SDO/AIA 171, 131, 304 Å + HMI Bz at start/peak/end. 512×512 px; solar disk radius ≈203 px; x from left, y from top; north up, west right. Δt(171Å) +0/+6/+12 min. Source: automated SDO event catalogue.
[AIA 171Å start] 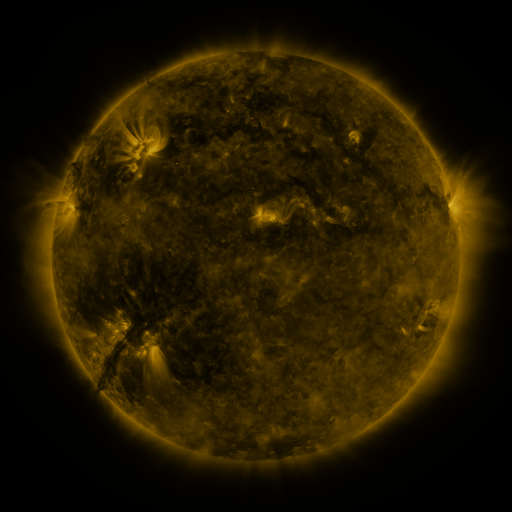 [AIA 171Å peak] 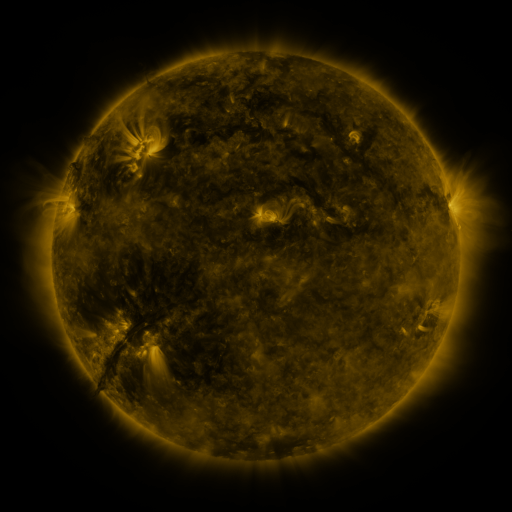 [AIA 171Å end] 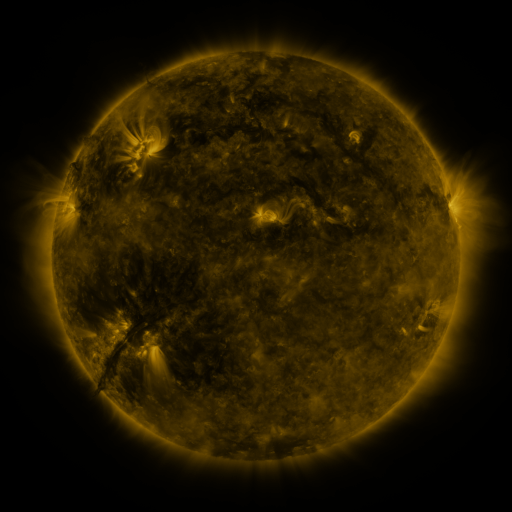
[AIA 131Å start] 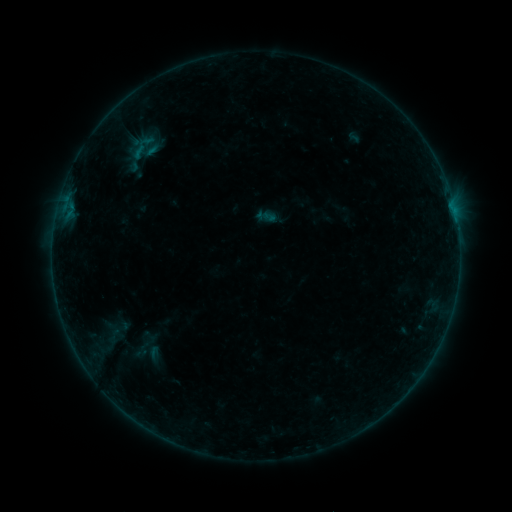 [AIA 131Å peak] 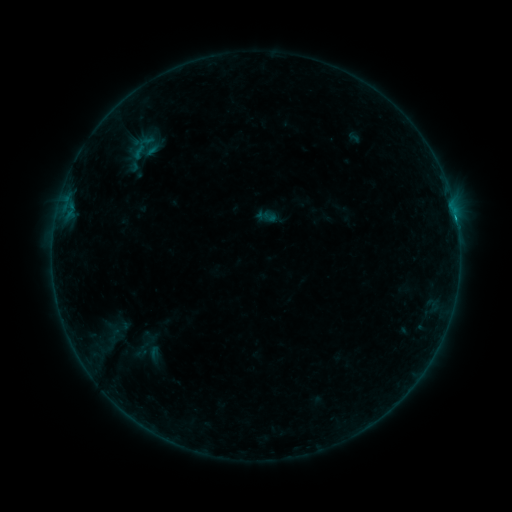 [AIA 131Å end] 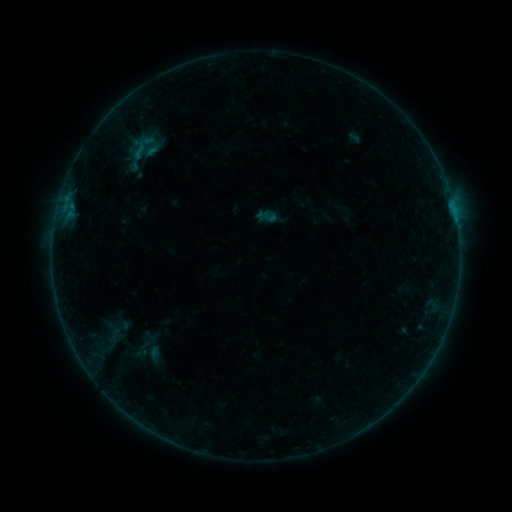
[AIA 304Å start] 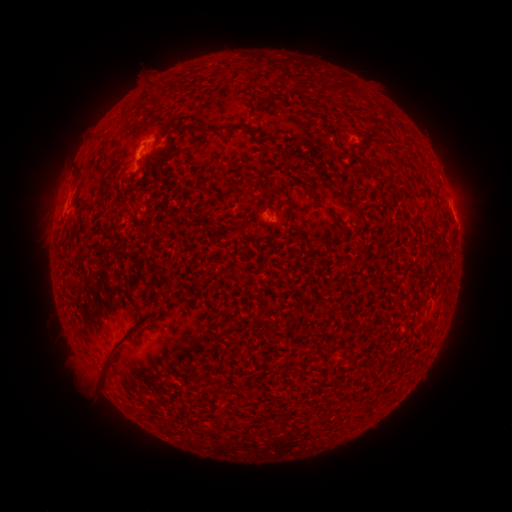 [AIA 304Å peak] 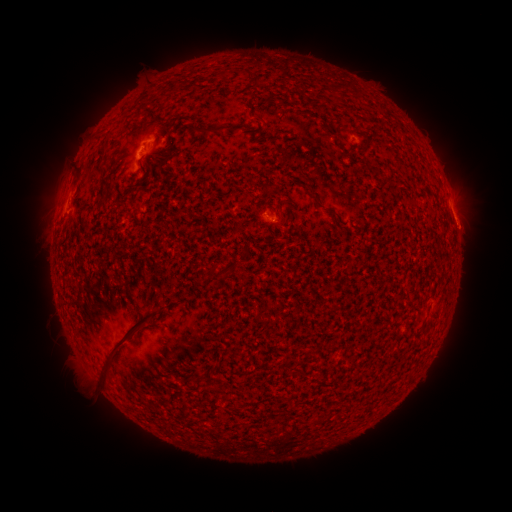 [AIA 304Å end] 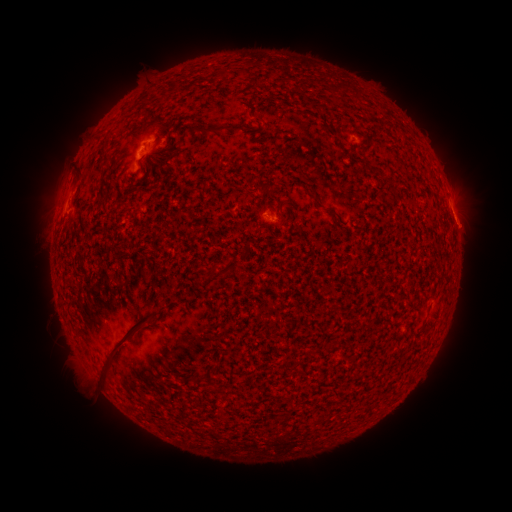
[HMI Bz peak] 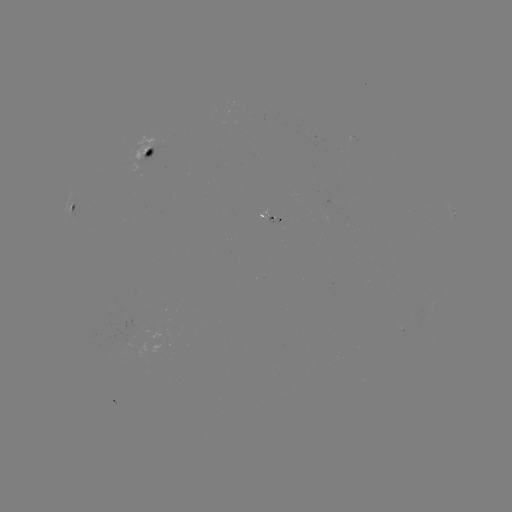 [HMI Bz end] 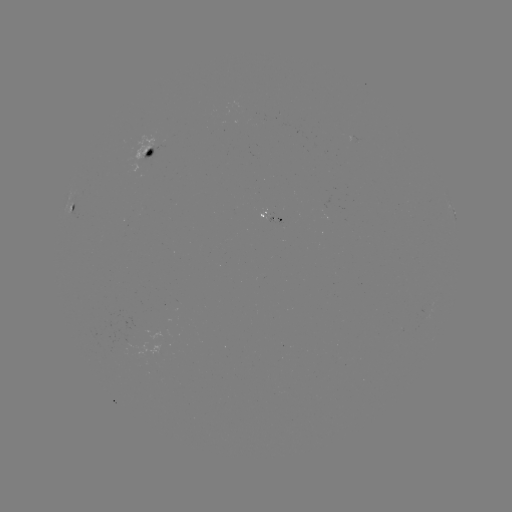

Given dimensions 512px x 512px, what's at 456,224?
B2.7 flare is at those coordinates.